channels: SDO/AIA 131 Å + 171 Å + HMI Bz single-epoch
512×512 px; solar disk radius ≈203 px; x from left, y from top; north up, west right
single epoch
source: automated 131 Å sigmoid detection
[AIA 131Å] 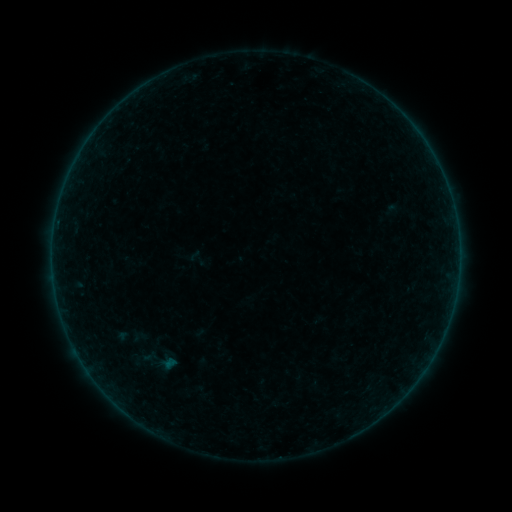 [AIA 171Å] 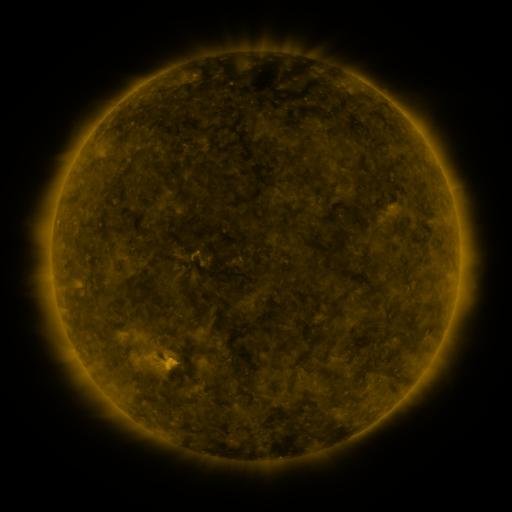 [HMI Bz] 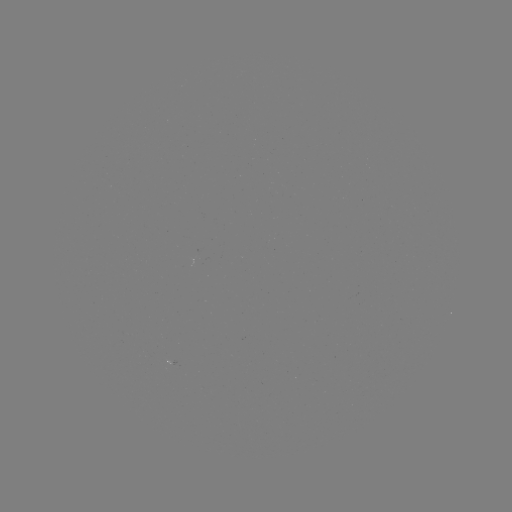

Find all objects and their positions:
sigmoid: <bbox>186, 247, 208, 270</bbox>
sigmoid: <bbox>133, 346, 165, 369</bbox>
